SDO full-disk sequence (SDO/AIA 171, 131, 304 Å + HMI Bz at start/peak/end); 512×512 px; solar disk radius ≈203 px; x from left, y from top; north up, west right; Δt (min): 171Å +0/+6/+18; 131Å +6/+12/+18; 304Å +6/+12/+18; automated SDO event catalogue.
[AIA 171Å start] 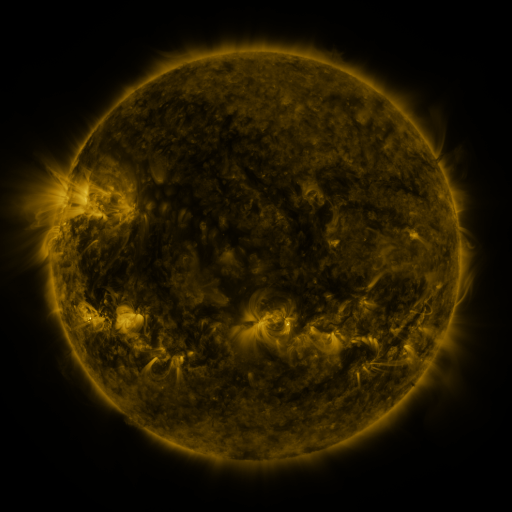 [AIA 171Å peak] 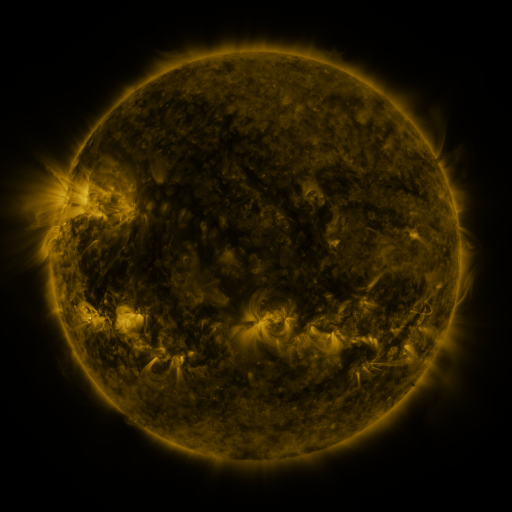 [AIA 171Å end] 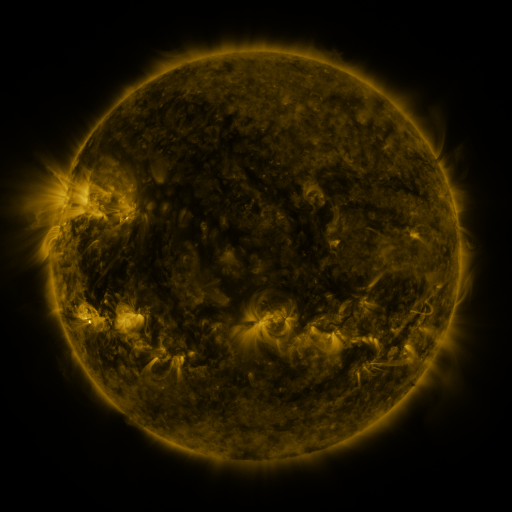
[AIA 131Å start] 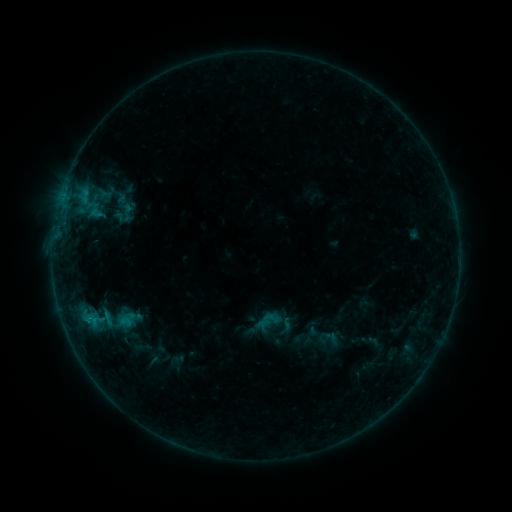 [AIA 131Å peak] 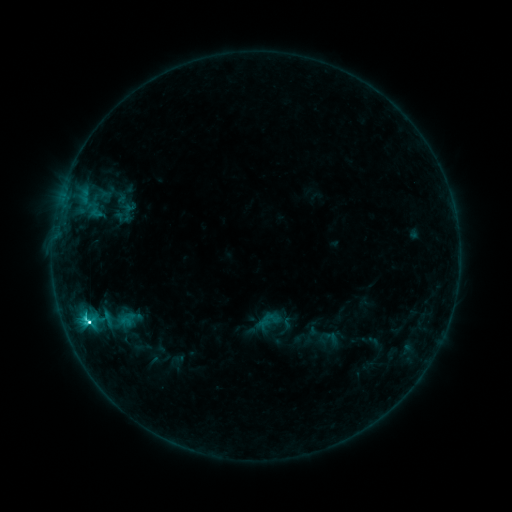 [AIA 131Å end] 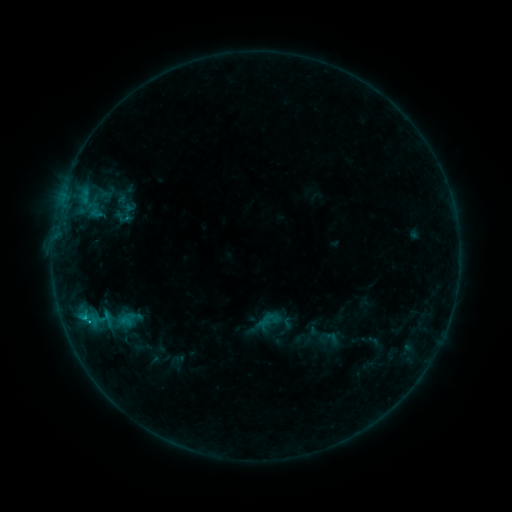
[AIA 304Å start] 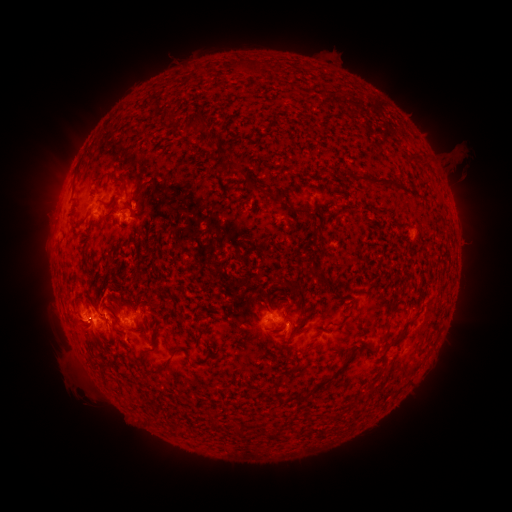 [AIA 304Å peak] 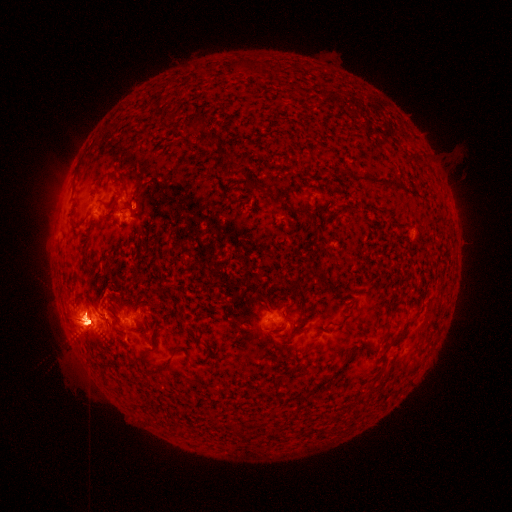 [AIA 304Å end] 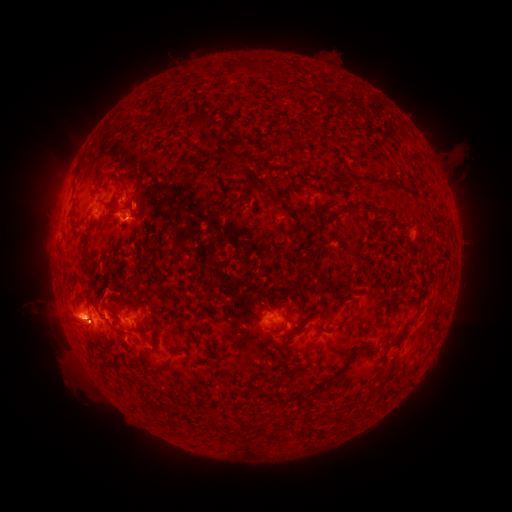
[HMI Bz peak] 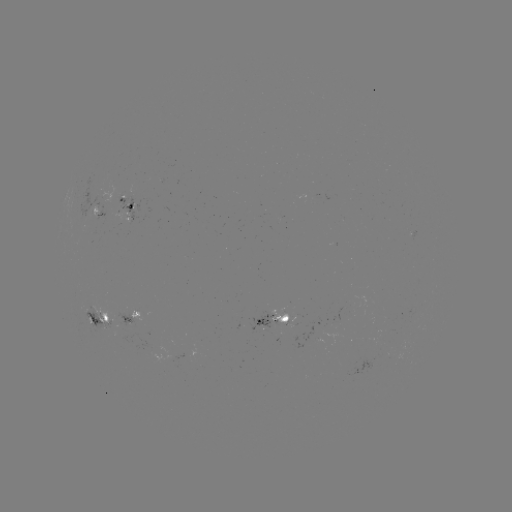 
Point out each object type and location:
C6.2 flare: (88, 323)
